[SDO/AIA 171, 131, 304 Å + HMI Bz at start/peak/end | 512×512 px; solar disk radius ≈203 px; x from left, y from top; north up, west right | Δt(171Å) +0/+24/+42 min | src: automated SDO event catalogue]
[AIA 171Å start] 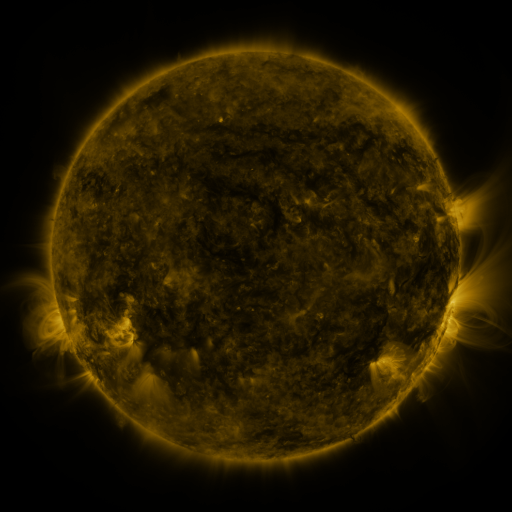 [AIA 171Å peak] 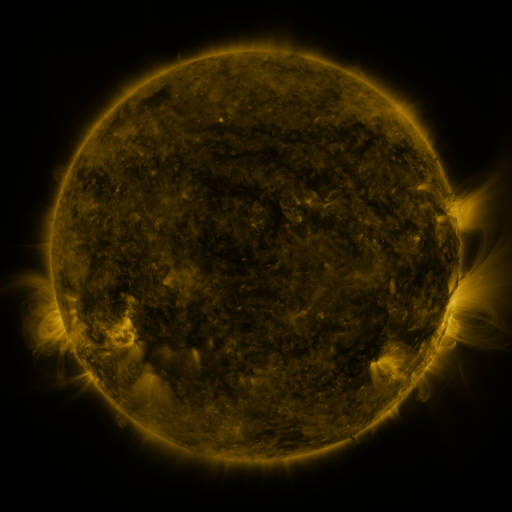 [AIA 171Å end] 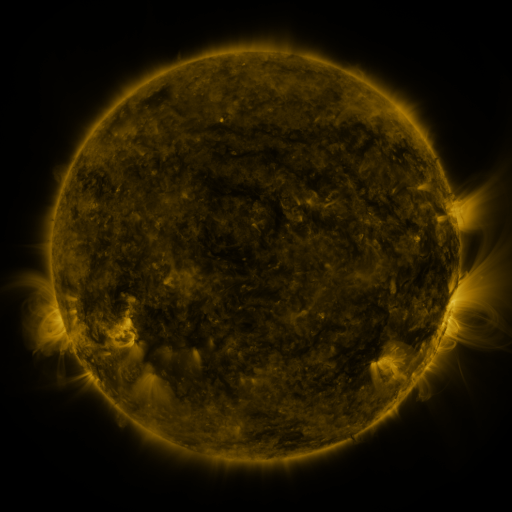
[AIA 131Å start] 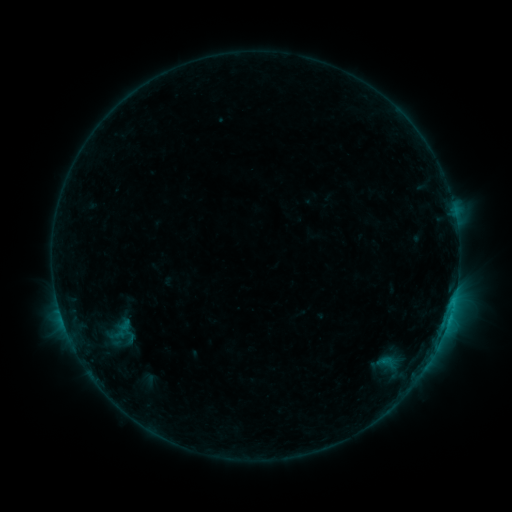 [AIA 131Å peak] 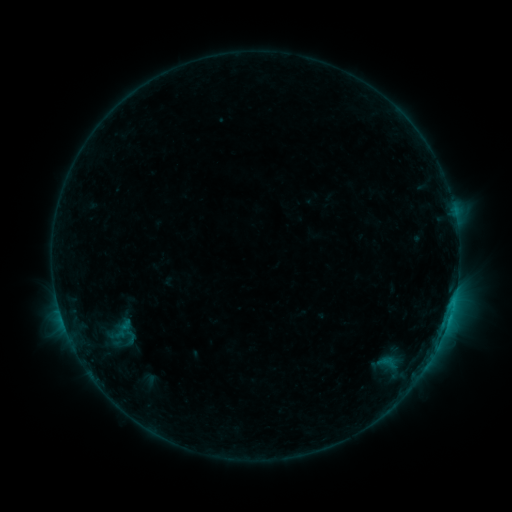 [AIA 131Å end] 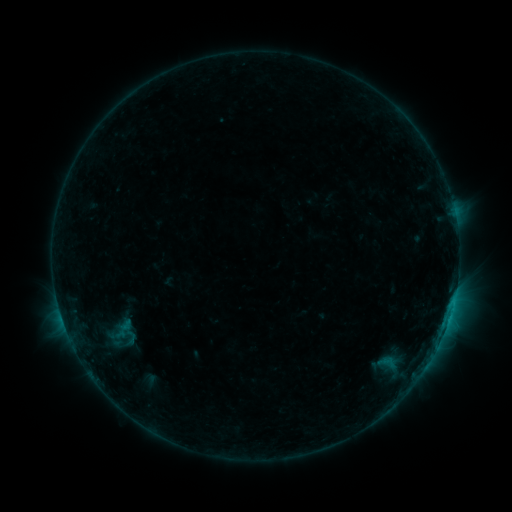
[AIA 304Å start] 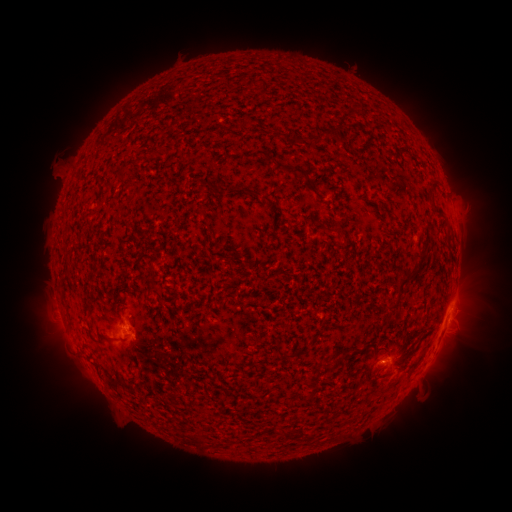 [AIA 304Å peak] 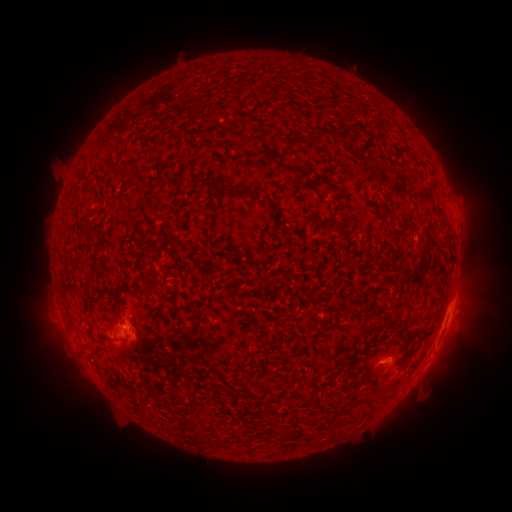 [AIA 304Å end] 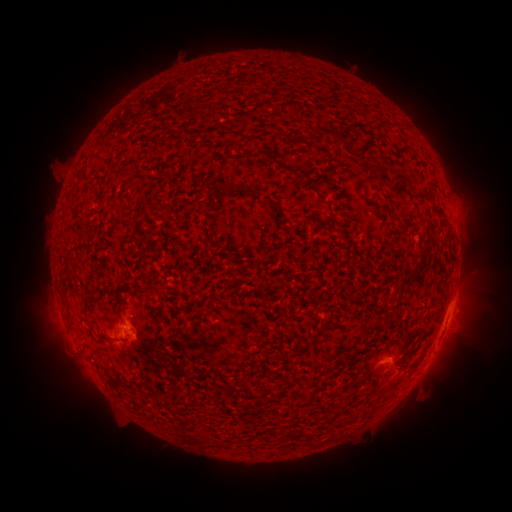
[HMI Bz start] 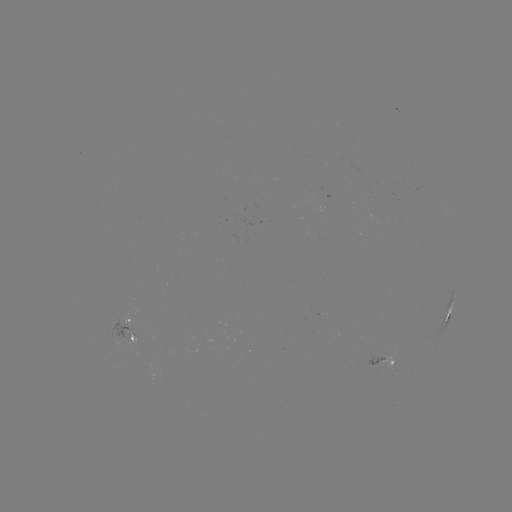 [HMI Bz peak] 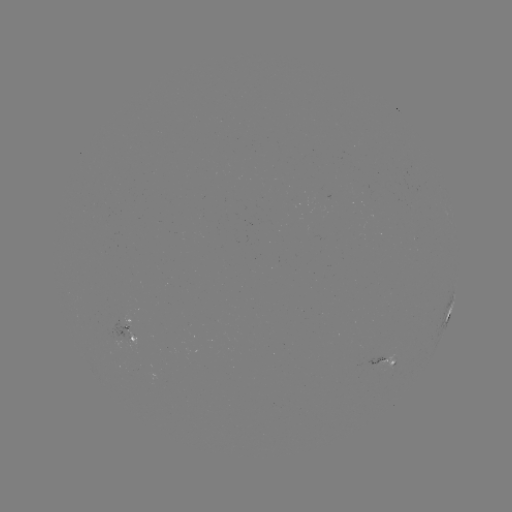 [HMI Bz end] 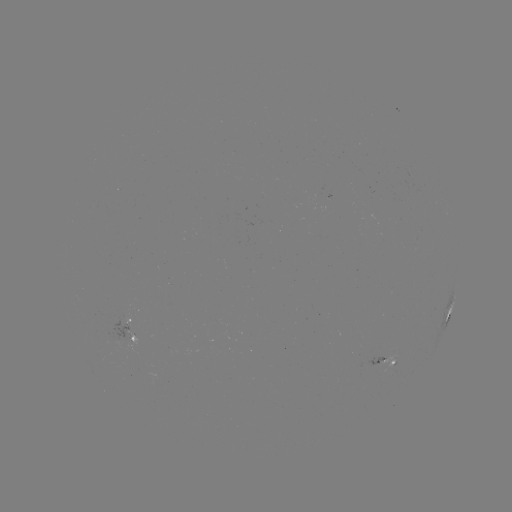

no catalogued flare and no flagged EUV brightening in this window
